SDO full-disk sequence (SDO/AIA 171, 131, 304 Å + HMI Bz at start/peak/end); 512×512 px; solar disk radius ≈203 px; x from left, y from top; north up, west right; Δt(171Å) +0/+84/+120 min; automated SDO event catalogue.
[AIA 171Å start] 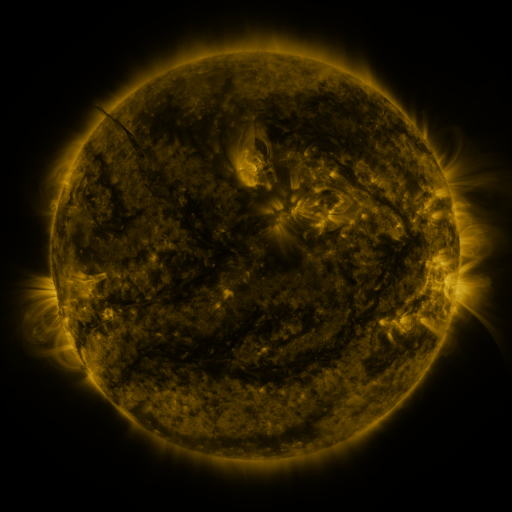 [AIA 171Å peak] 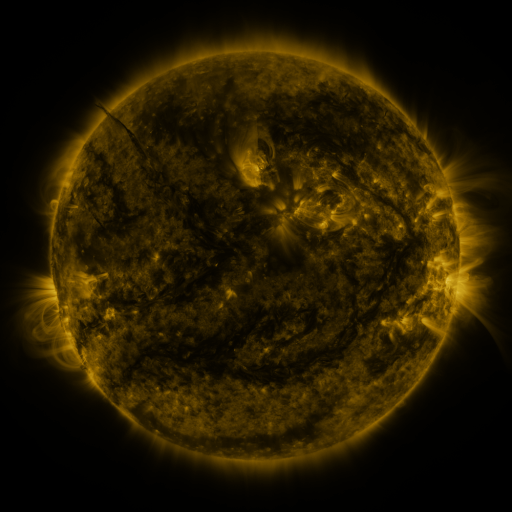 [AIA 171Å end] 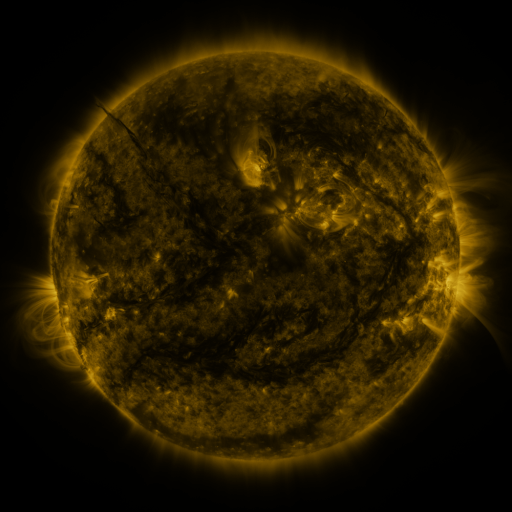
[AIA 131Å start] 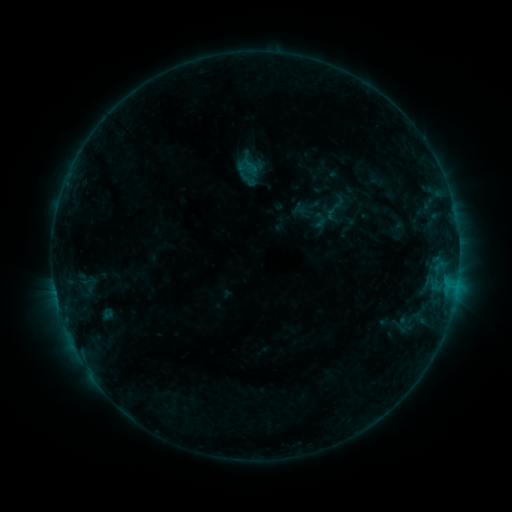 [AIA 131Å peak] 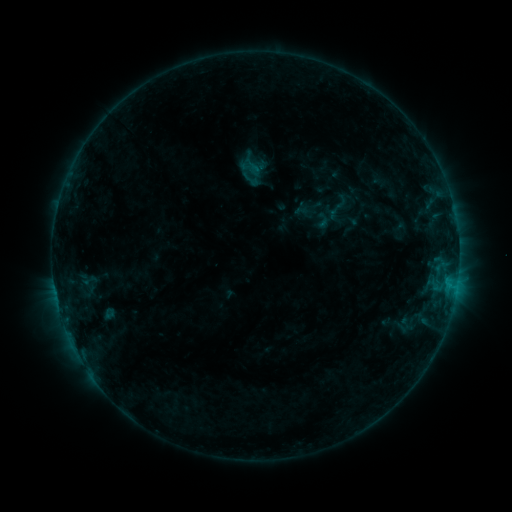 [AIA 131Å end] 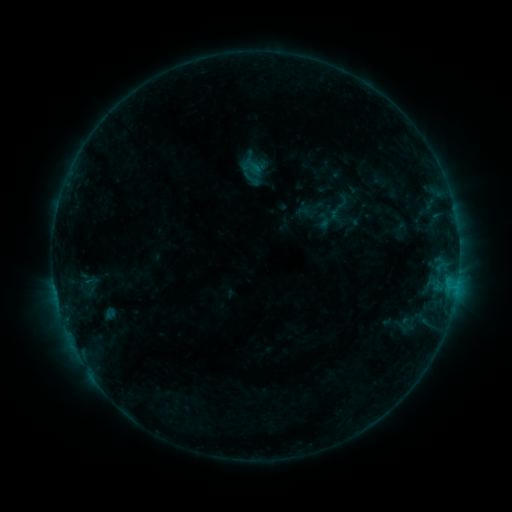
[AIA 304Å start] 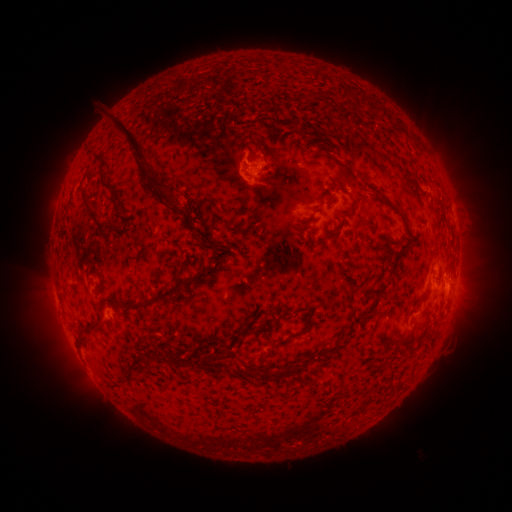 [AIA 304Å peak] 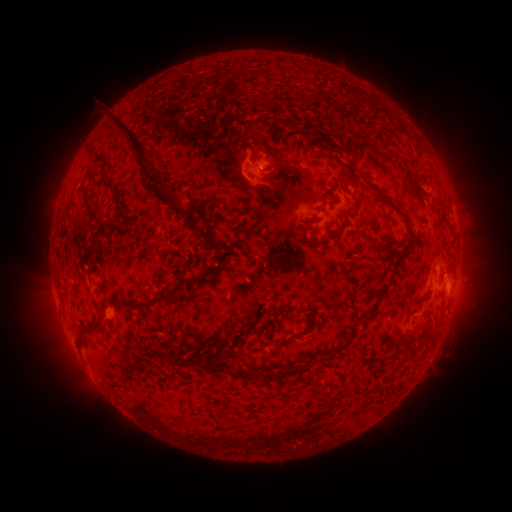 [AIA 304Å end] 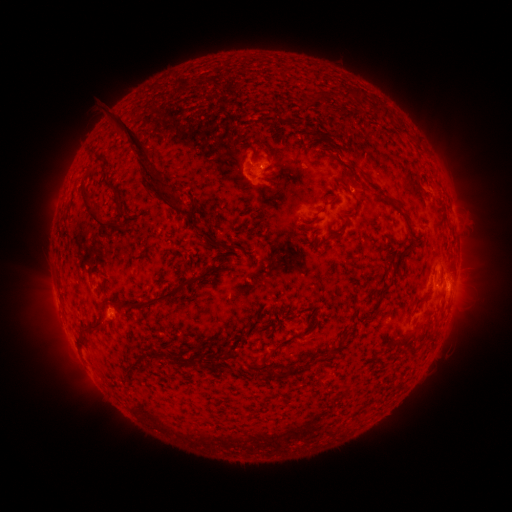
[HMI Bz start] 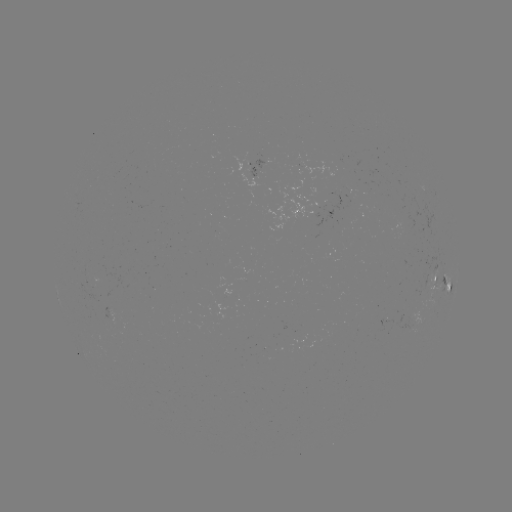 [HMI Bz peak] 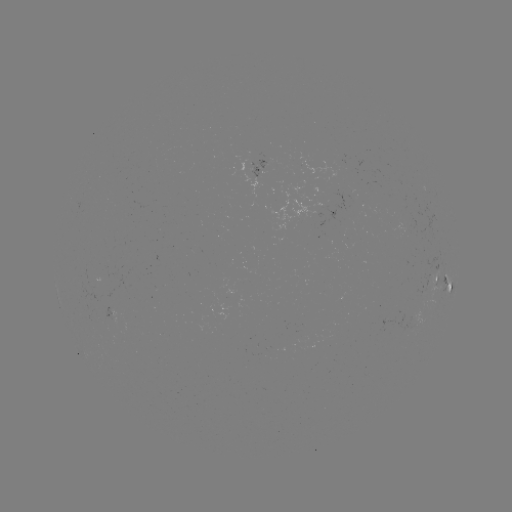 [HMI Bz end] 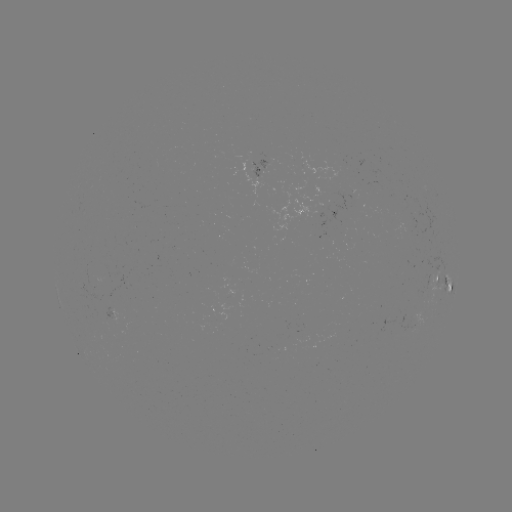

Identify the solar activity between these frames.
emerging-flux region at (386, 321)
